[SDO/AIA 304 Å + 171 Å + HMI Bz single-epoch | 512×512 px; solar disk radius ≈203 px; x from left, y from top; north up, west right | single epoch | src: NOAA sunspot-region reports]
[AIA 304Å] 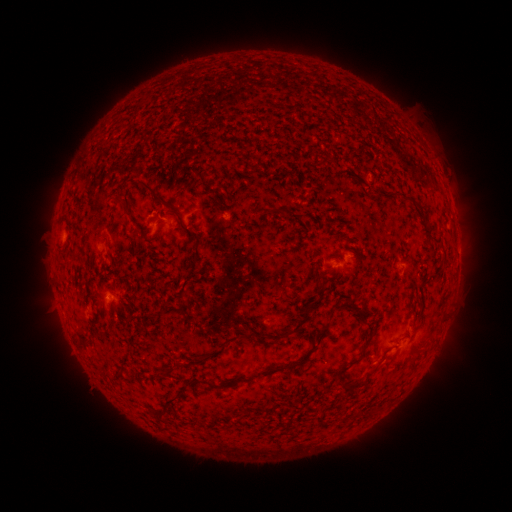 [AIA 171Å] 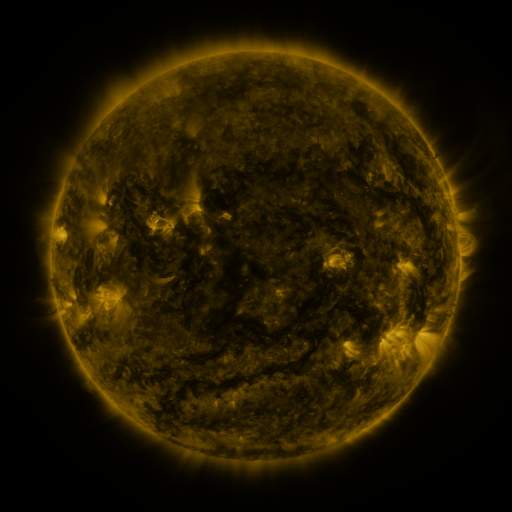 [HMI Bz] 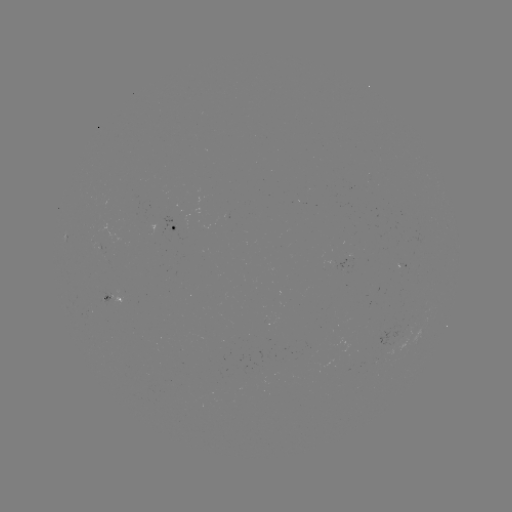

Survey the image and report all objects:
spotted active region: (175, 229)
spotted active region: (341, 261)
spotted active region: (404, 266)
spotted active region: (115, 298)
